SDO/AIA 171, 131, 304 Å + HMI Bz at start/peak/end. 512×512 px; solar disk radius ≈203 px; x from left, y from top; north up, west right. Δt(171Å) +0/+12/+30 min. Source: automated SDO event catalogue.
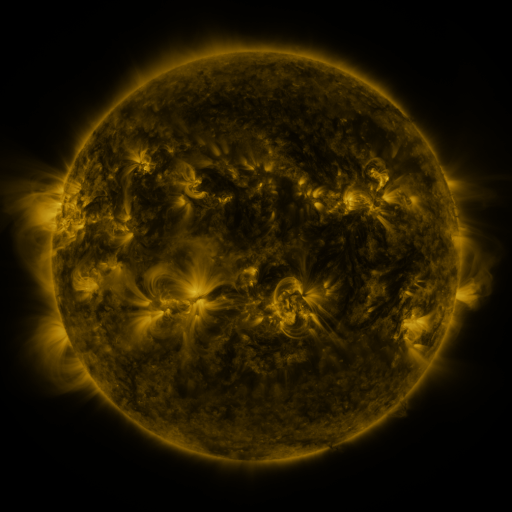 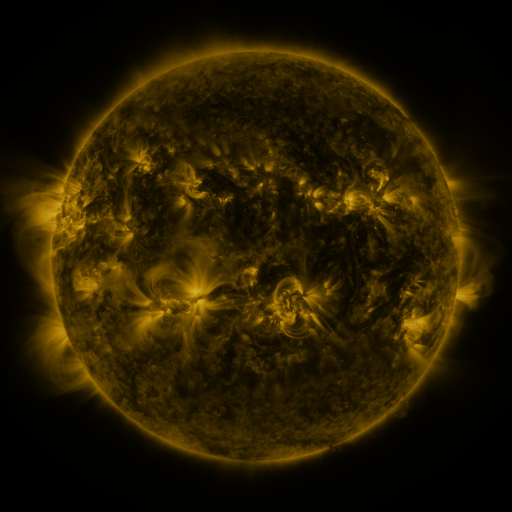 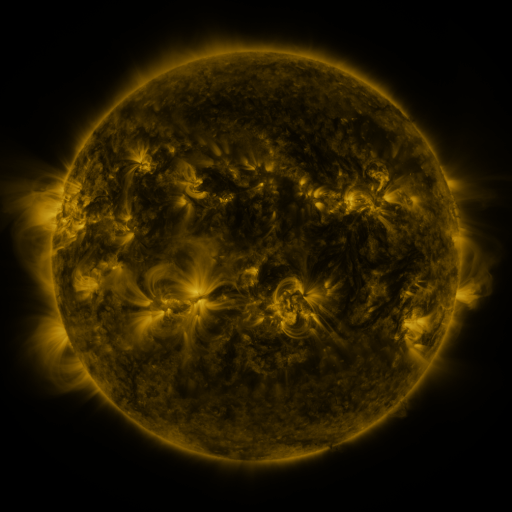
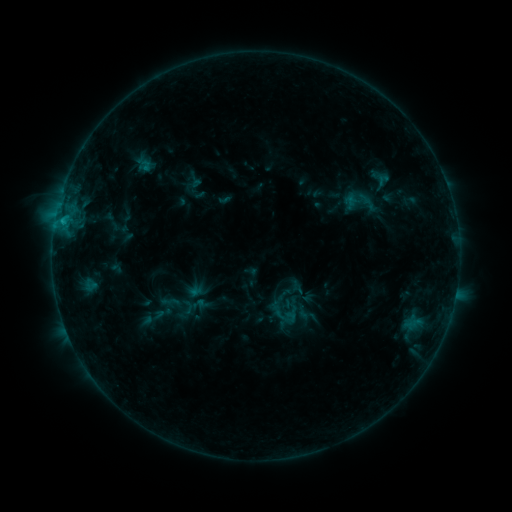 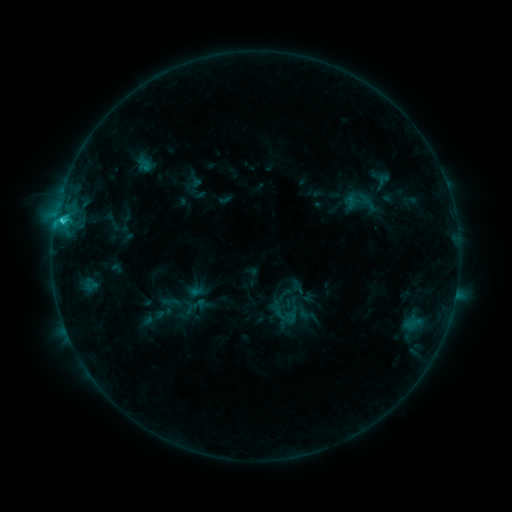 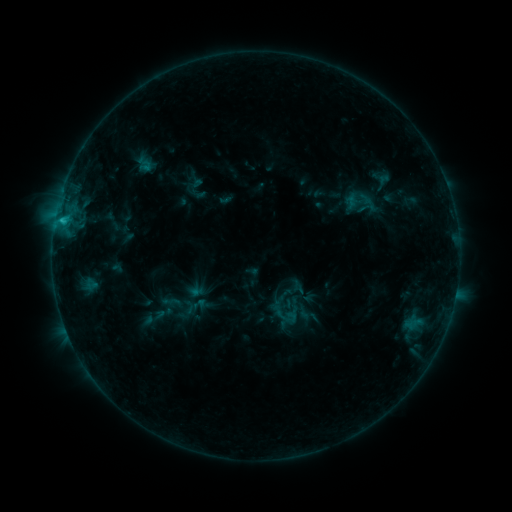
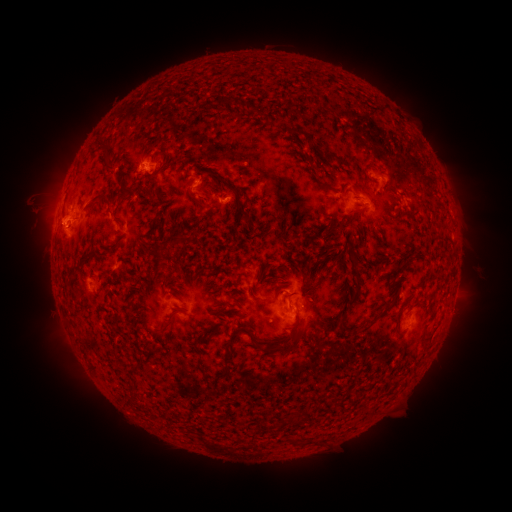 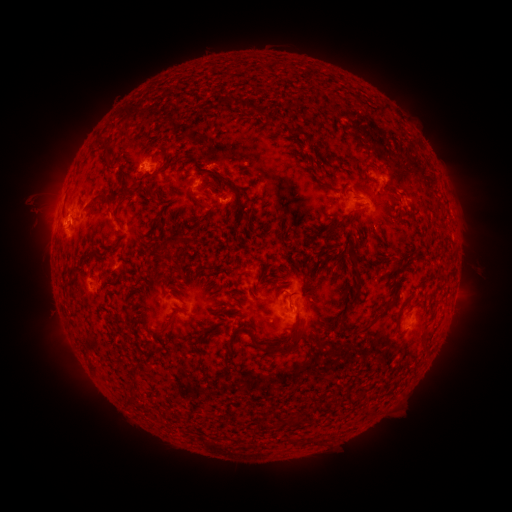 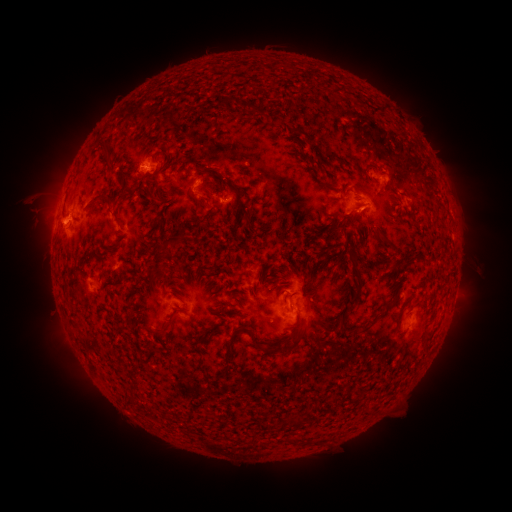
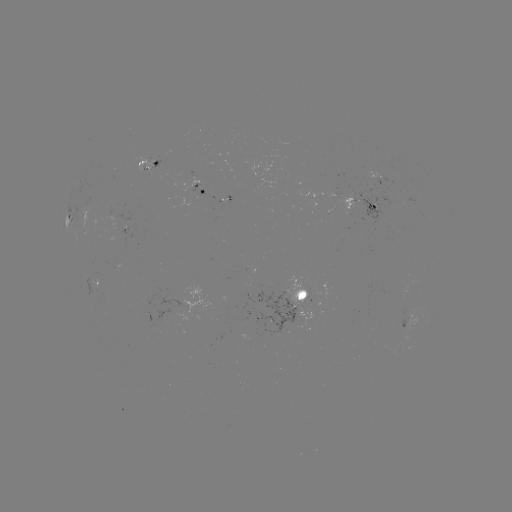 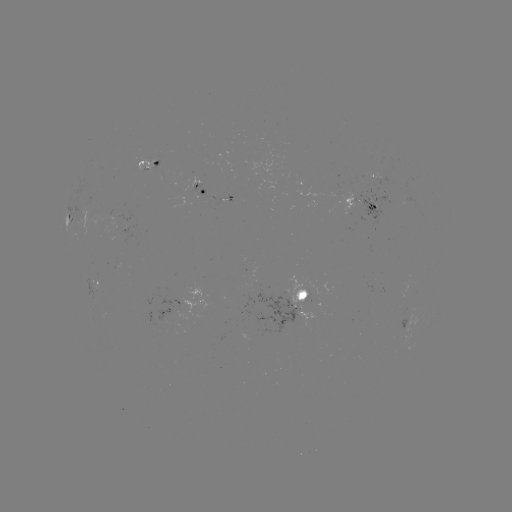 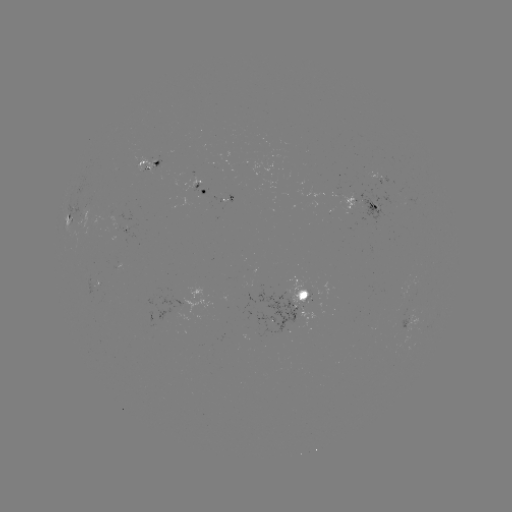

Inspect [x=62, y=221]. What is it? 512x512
C1.7 flare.